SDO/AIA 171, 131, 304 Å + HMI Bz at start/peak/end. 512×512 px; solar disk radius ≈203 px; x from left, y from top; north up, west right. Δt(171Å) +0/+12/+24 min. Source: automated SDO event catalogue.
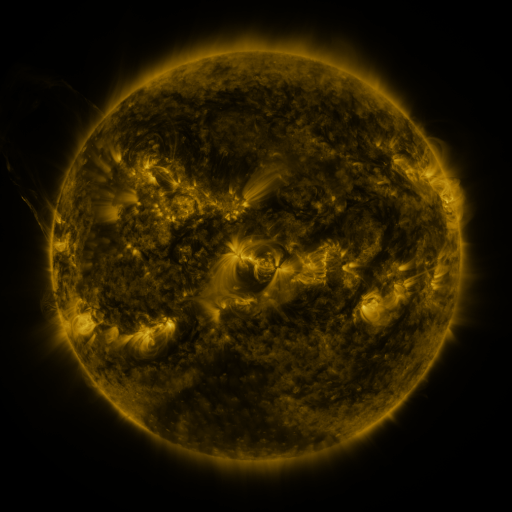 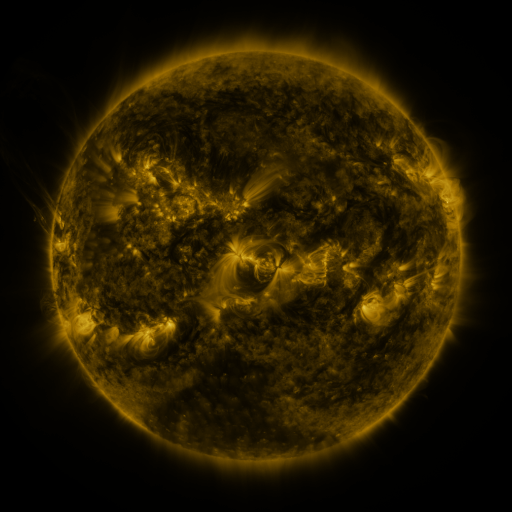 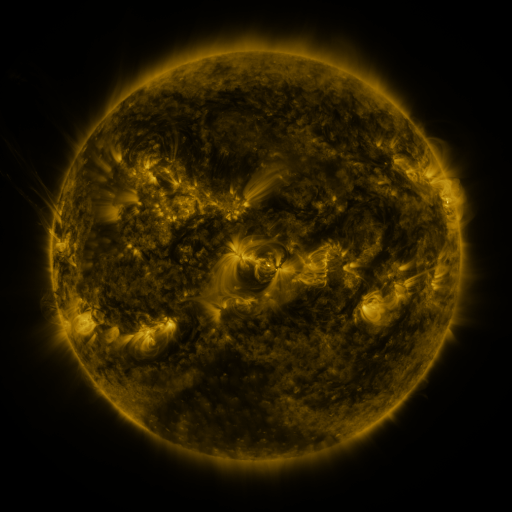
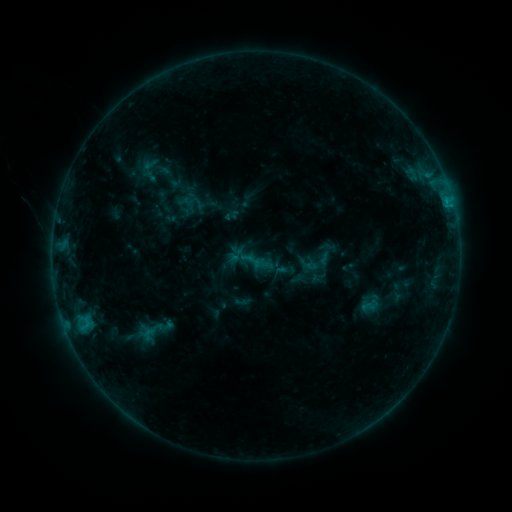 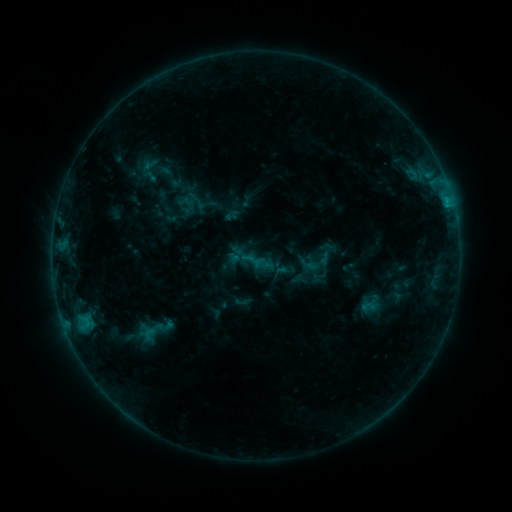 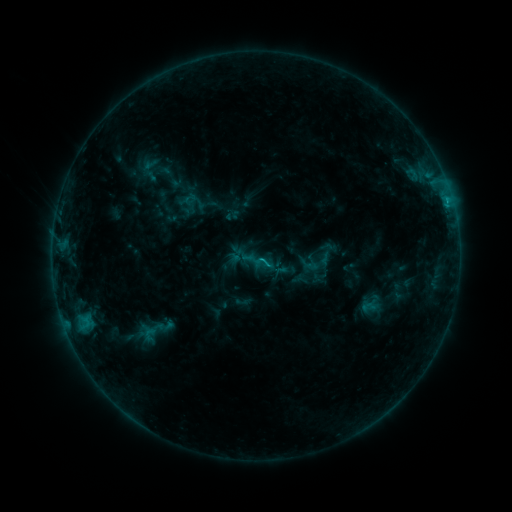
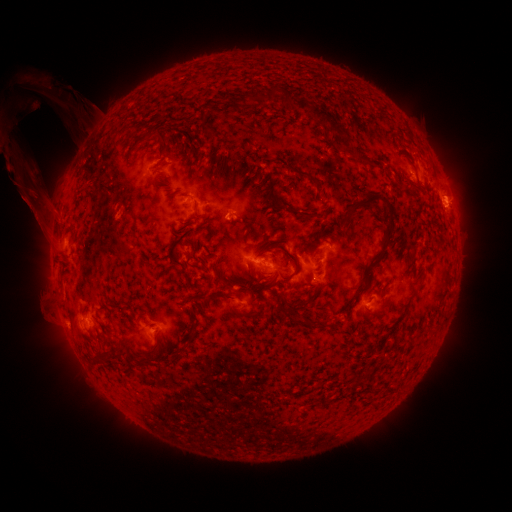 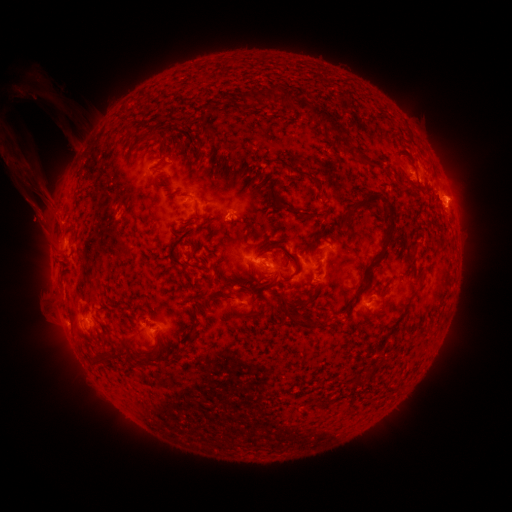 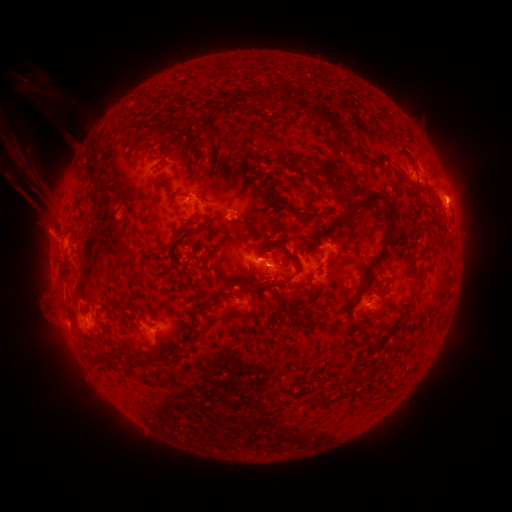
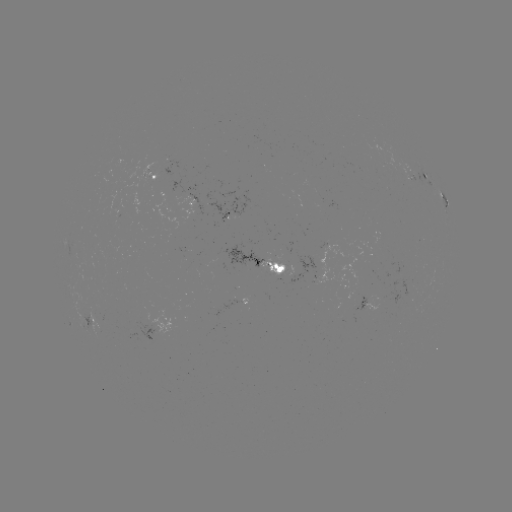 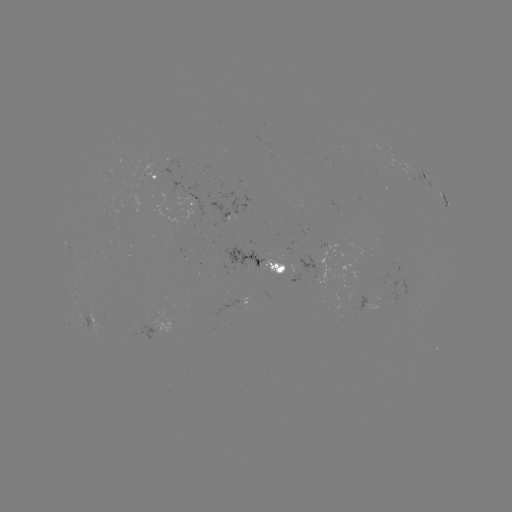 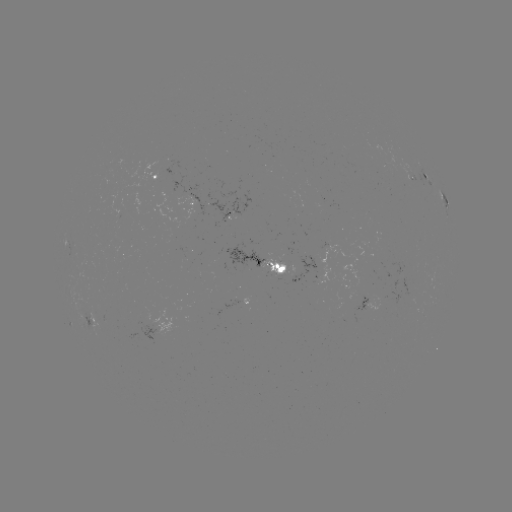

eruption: [23, 184, 71, 246]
